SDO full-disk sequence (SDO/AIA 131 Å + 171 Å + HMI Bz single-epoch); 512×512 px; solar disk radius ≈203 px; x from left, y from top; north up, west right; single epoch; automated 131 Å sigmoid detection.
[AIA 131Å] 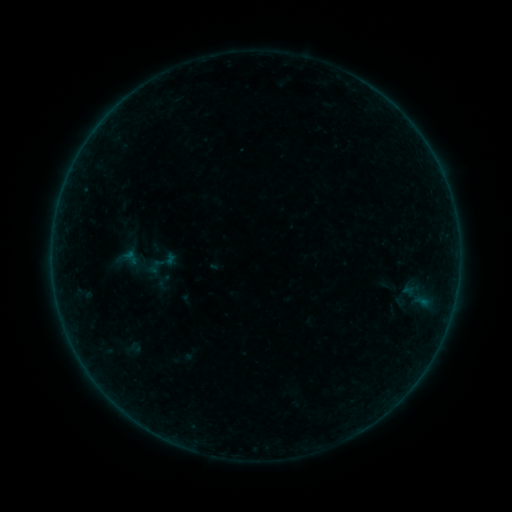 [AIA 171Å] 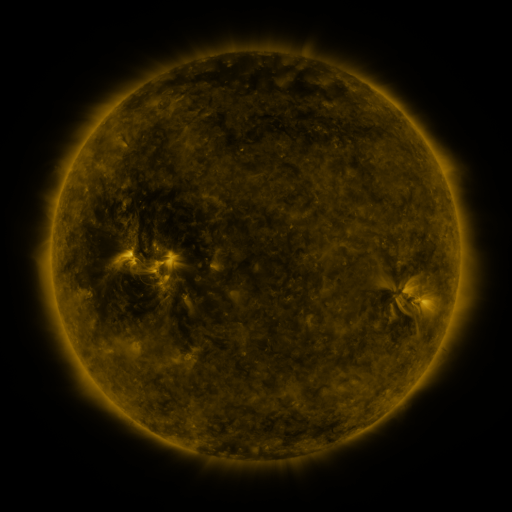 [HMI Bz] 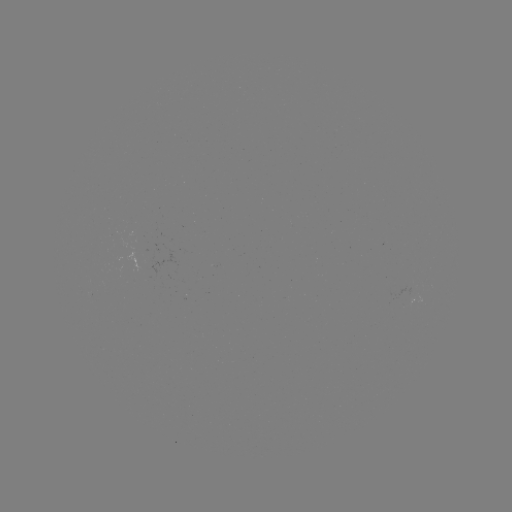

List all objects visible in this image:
sigmoid: (155, 266)
